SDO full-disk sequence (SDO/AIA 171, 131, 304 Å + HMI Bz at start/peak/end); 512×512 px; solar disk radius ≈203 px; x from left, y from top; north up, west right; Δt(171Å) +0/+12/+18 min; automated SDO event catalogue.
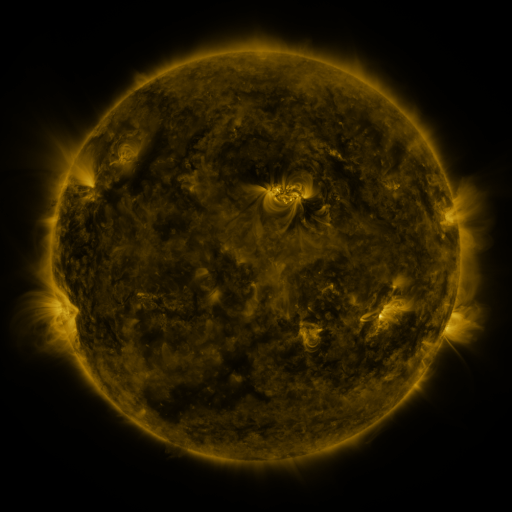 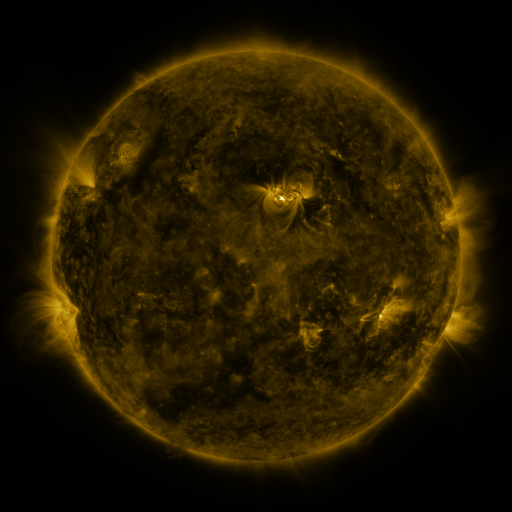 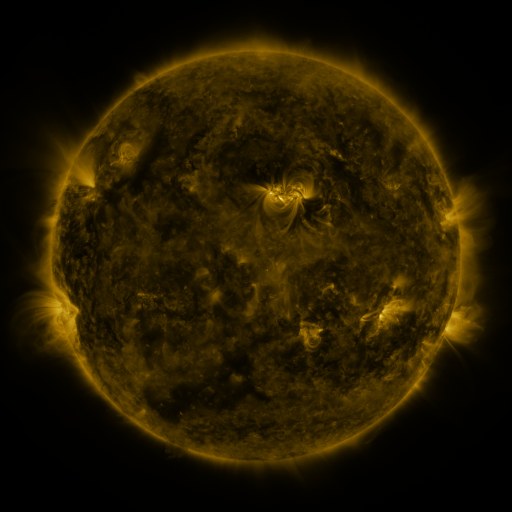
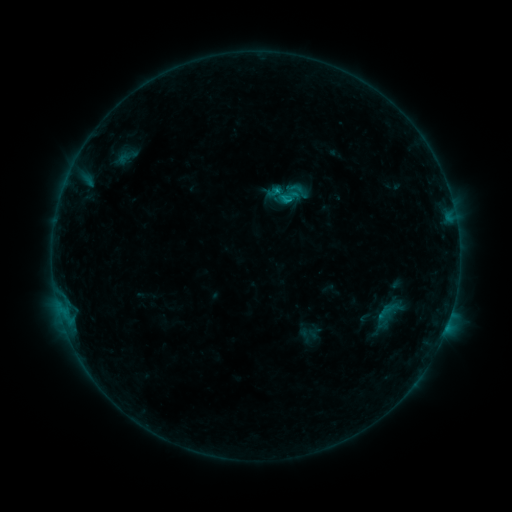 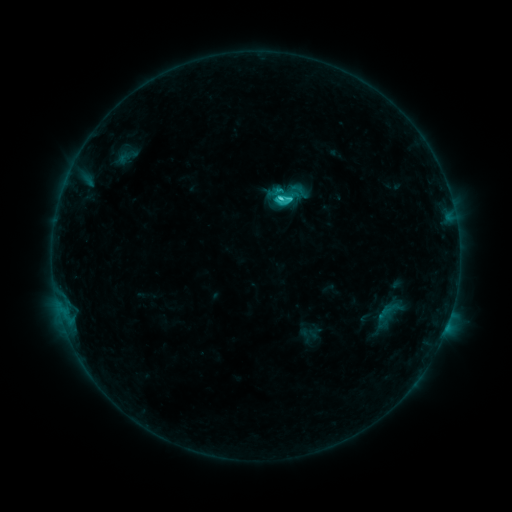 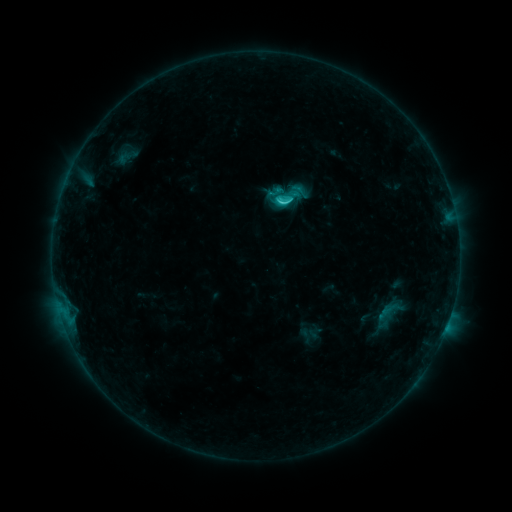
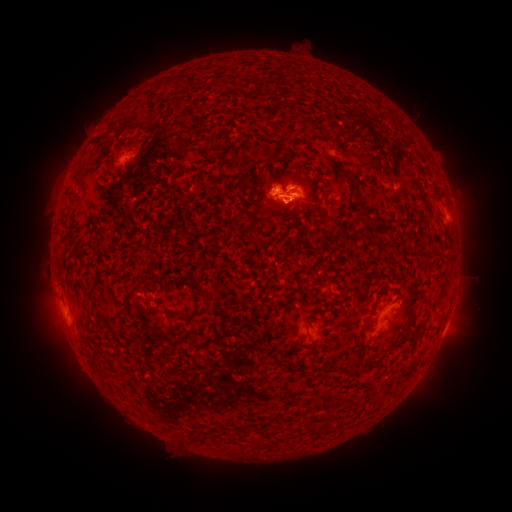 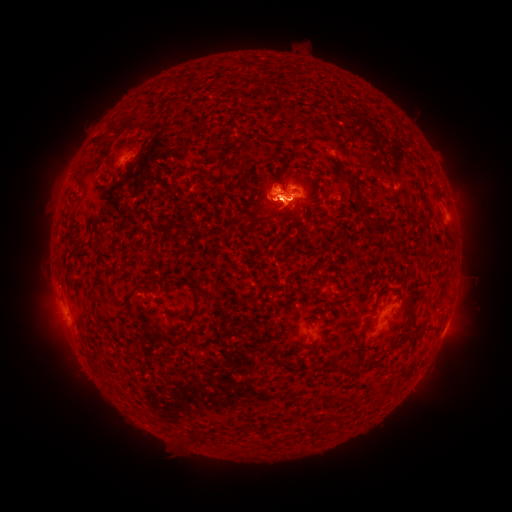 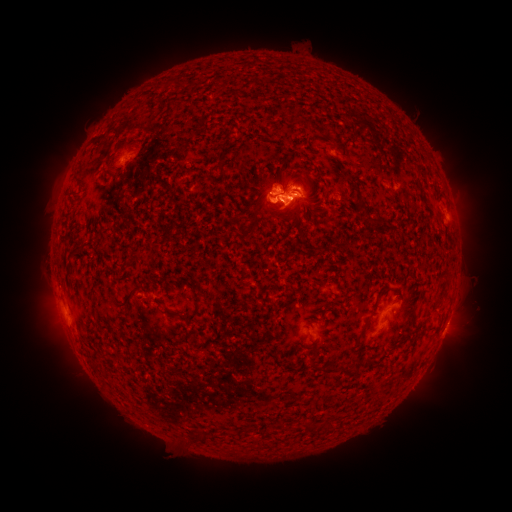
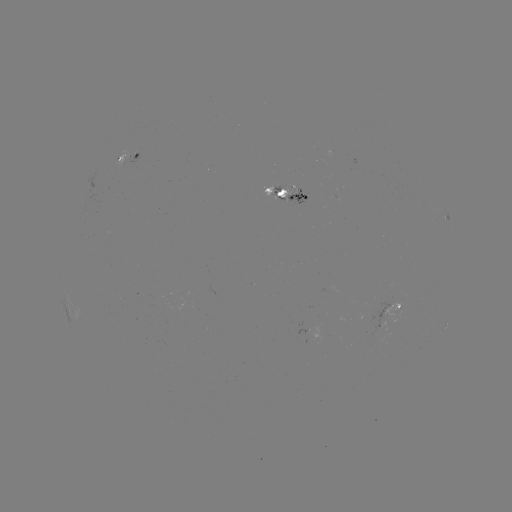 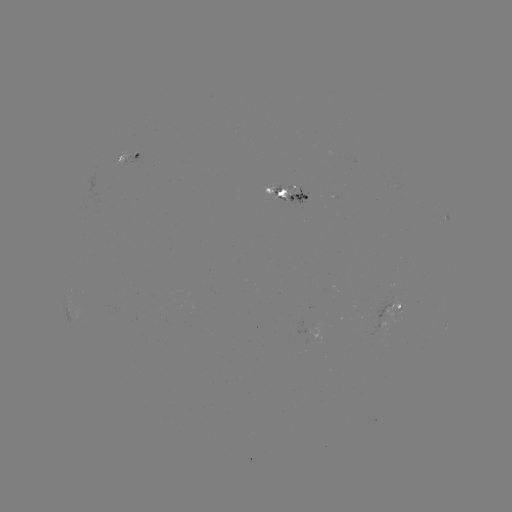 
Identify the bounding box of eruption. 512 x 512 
[243, 156, 329, 237].